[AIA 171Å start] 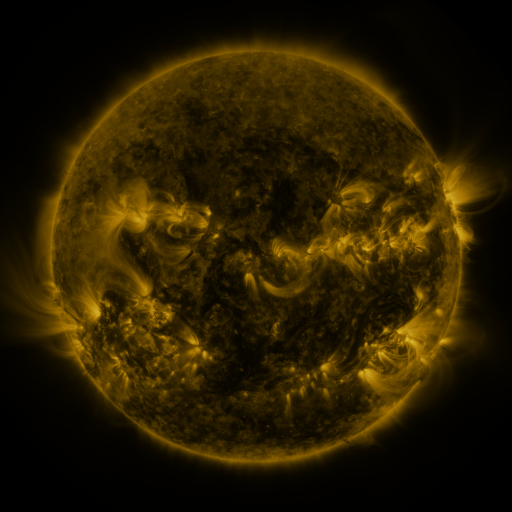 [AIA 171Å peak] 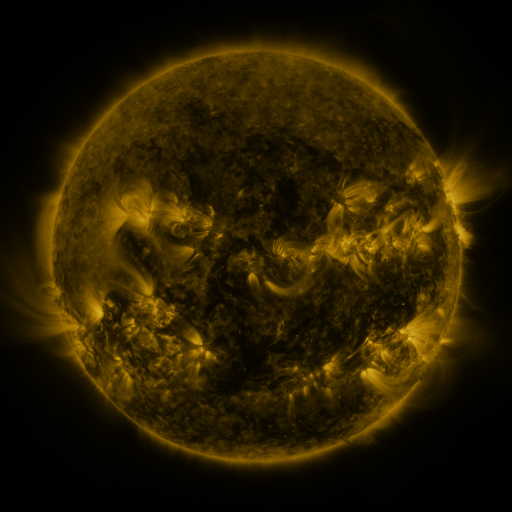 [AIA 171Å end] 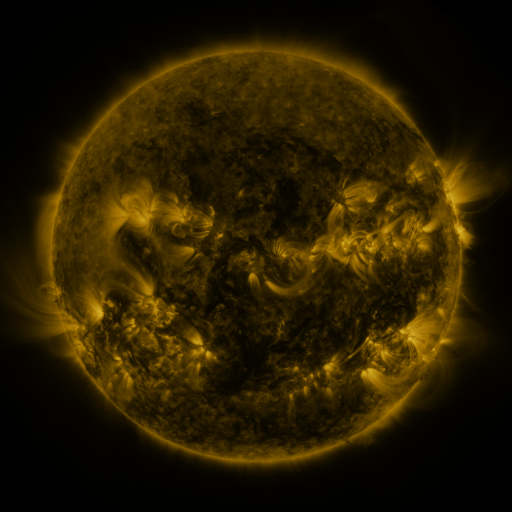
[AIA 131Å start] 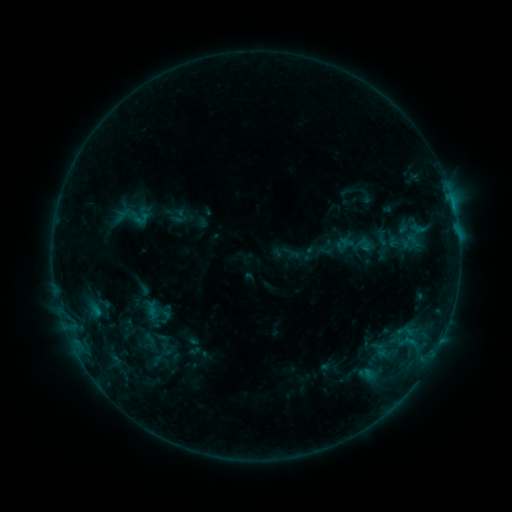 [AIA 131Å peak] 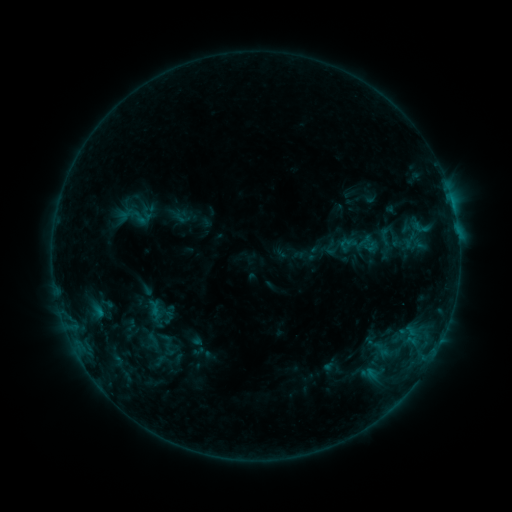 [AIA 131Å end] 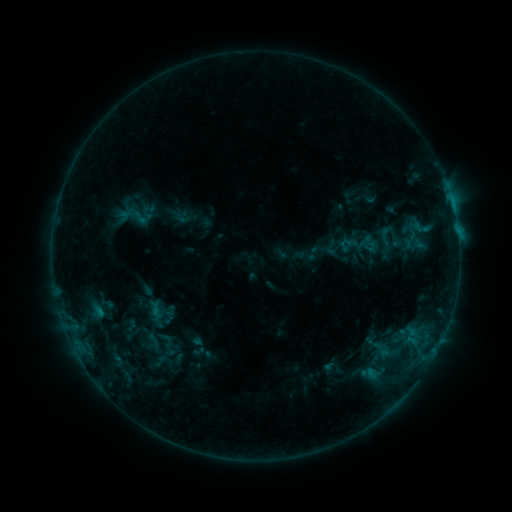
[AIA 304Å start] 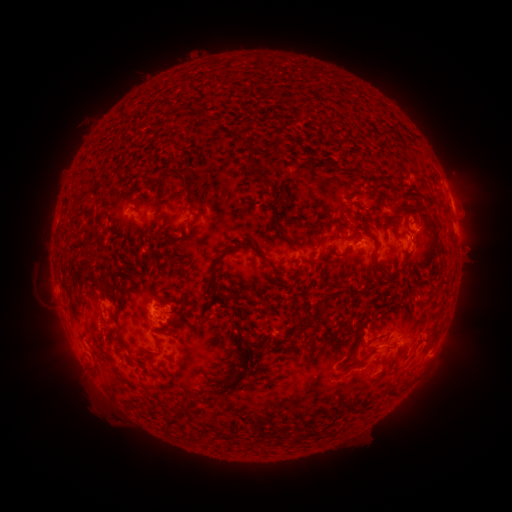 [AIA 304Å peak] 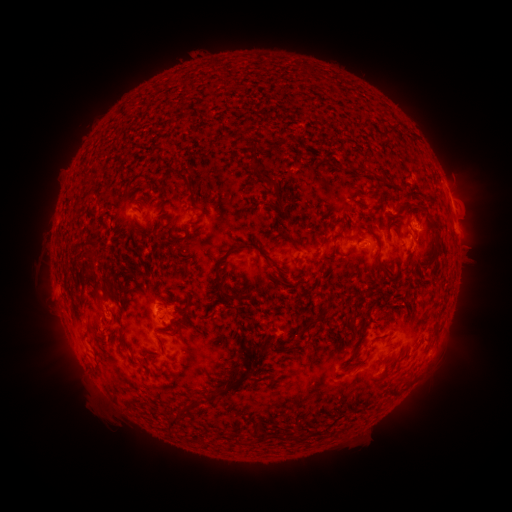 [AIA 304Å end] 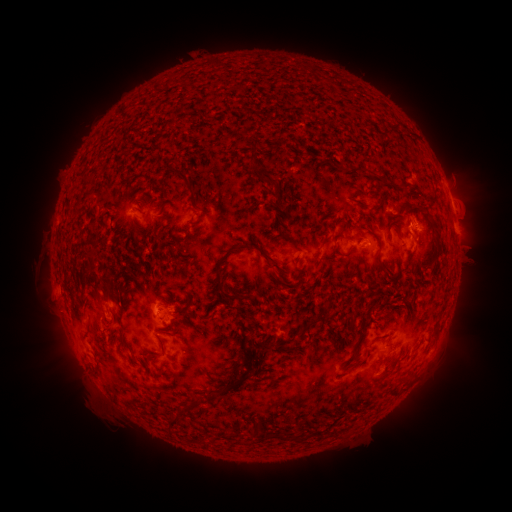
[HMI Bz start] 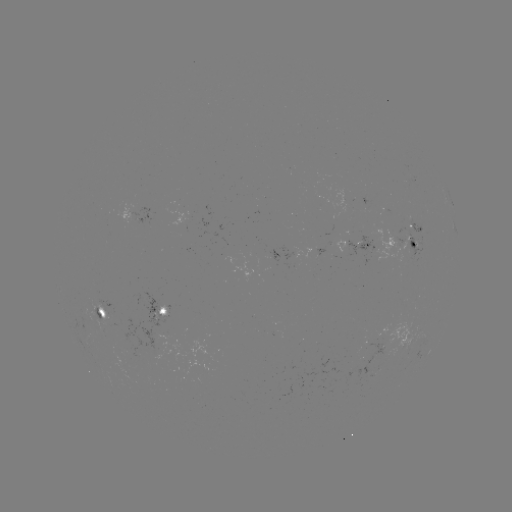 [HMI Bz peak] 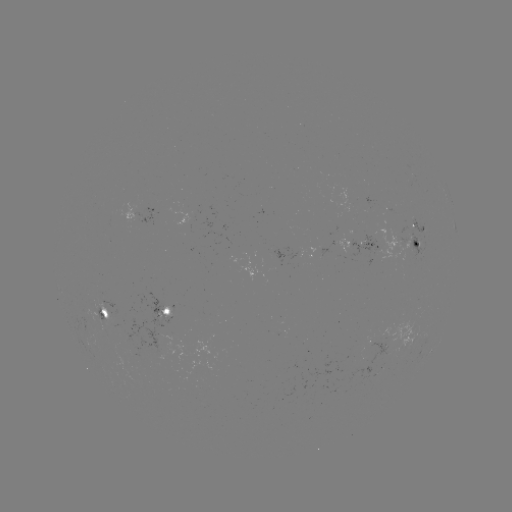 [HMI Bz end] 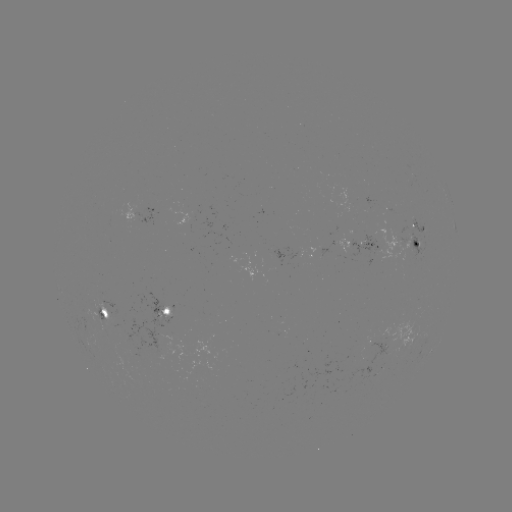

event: emerging-flux region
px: (348, 247)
